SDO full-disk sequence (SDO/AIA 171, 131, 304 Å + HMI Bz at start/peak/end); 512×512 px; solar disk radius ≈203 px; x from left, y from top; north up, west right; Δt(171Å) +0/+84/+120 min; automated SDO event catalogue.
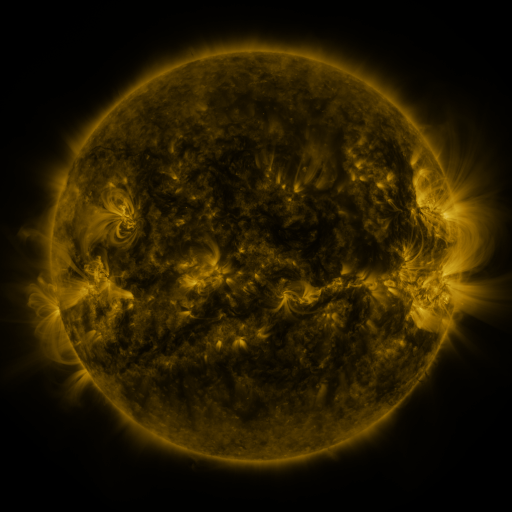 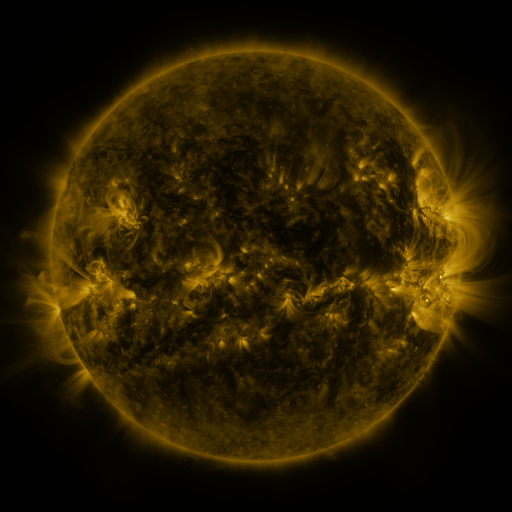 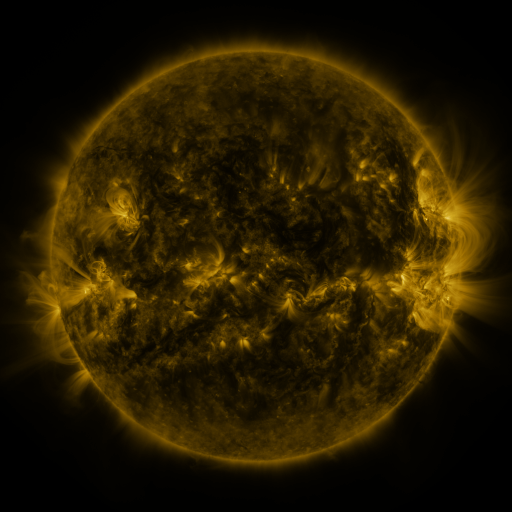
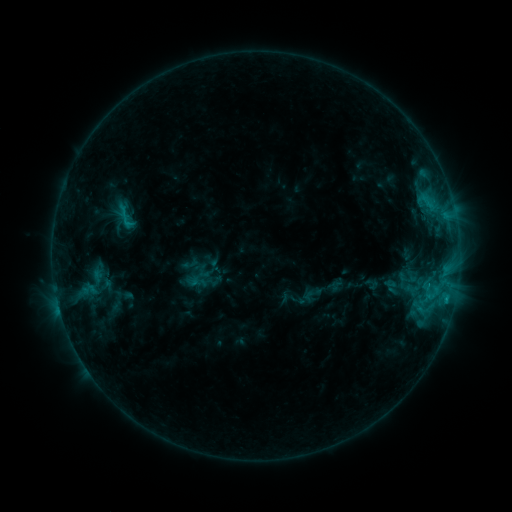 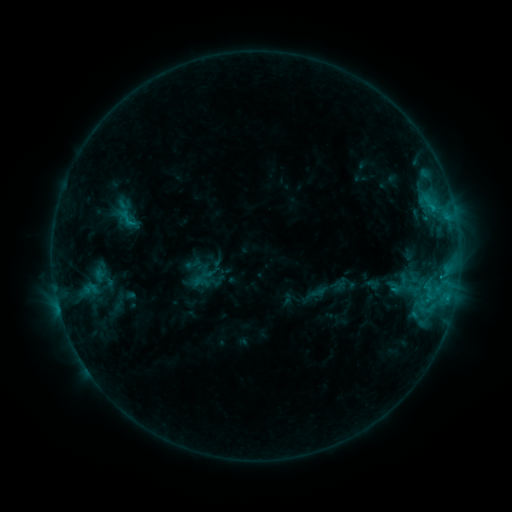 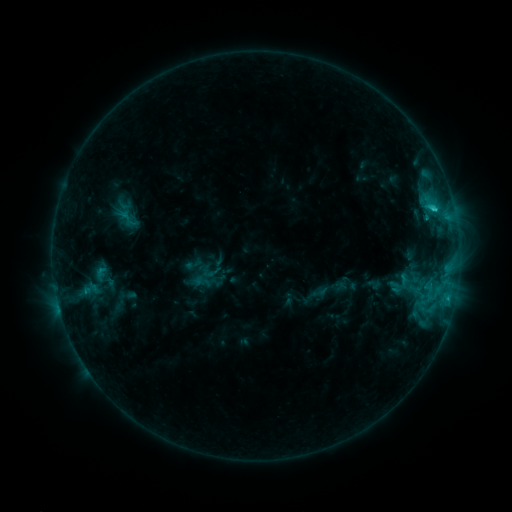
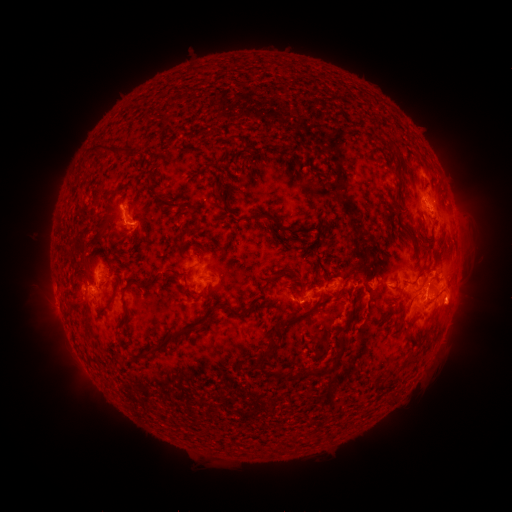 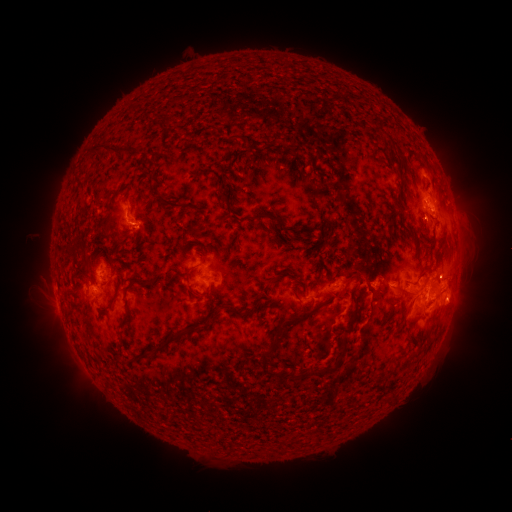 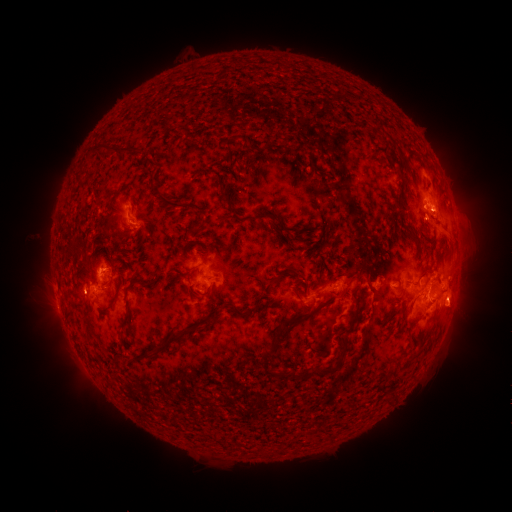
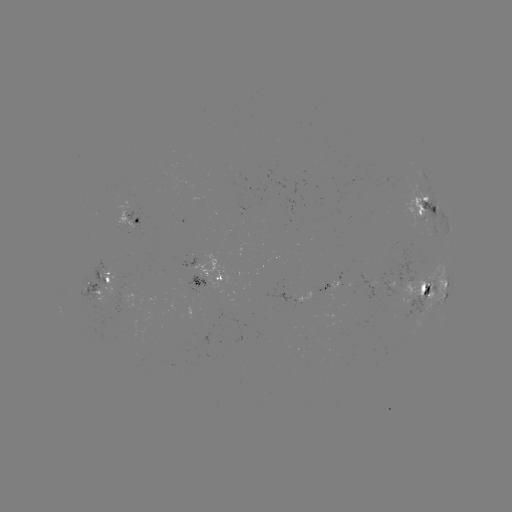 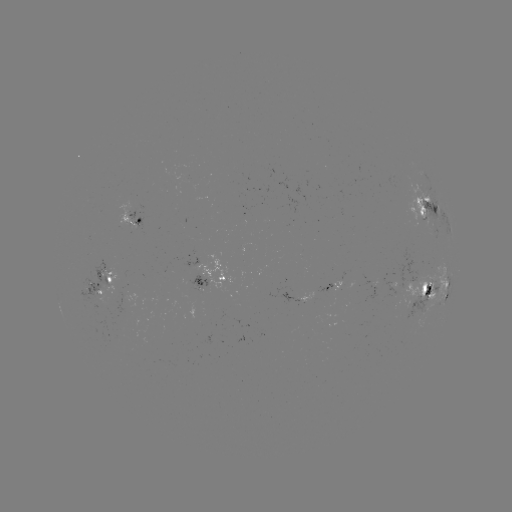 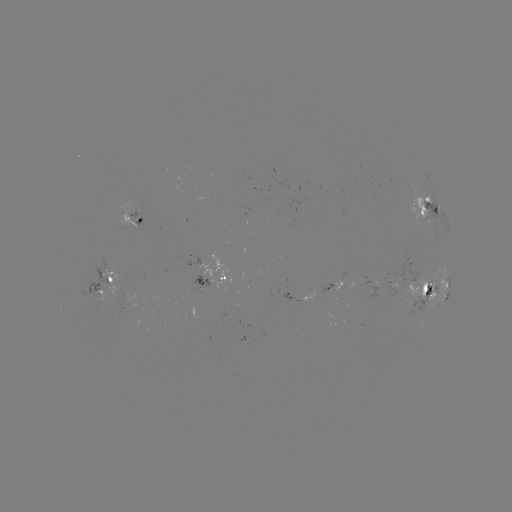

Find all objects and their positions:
emerging-flux region: (426, 221)
